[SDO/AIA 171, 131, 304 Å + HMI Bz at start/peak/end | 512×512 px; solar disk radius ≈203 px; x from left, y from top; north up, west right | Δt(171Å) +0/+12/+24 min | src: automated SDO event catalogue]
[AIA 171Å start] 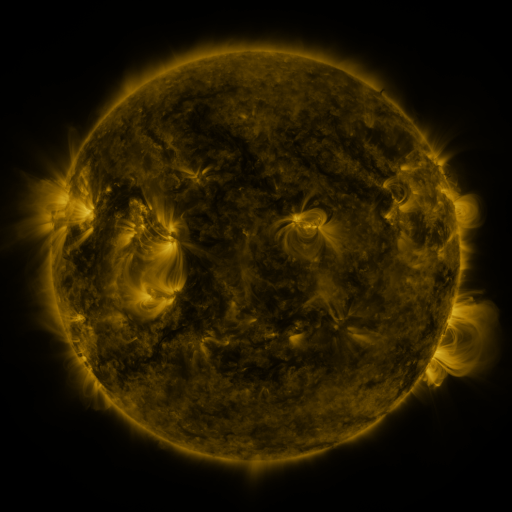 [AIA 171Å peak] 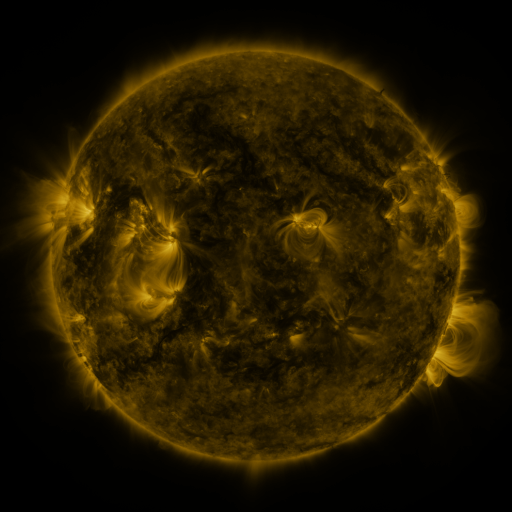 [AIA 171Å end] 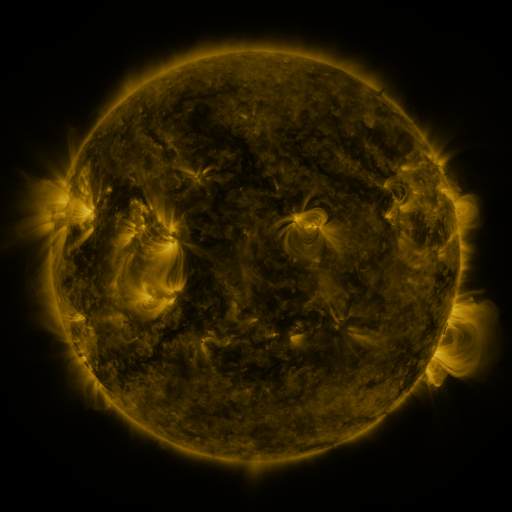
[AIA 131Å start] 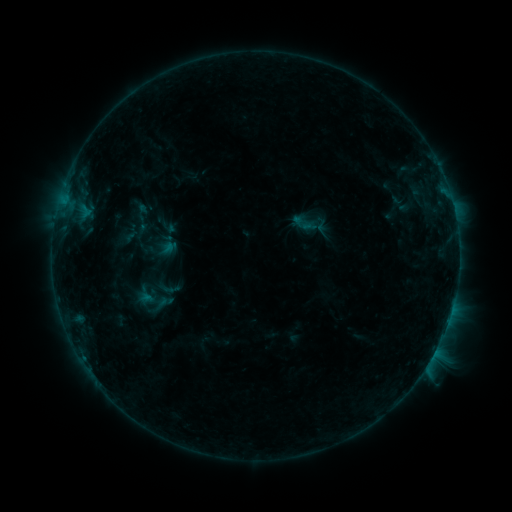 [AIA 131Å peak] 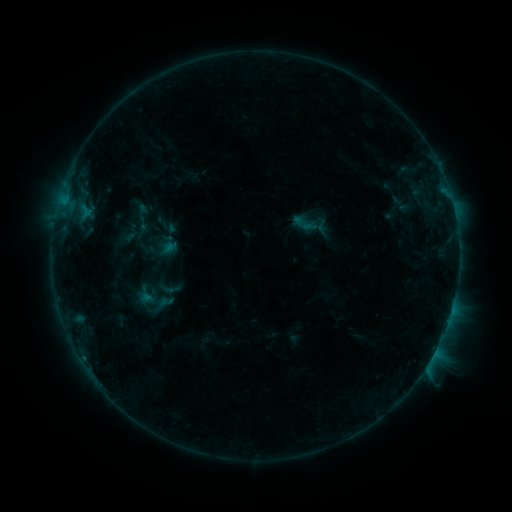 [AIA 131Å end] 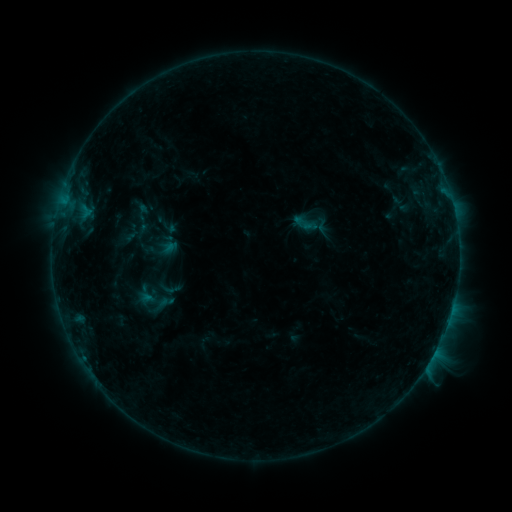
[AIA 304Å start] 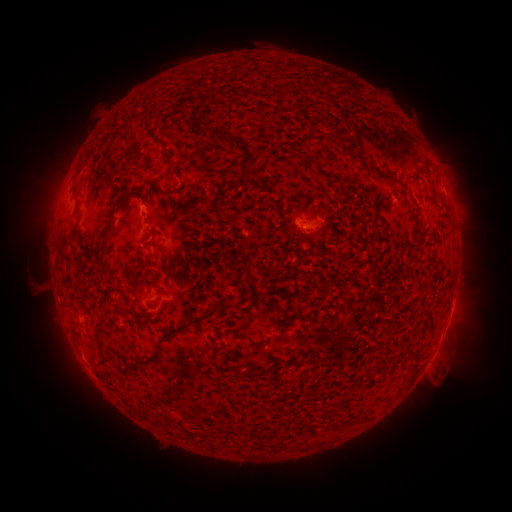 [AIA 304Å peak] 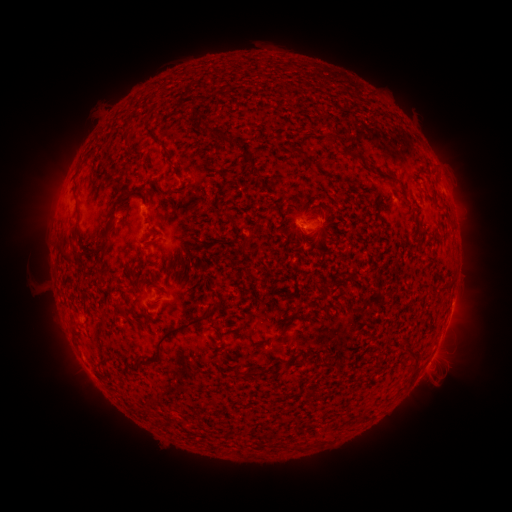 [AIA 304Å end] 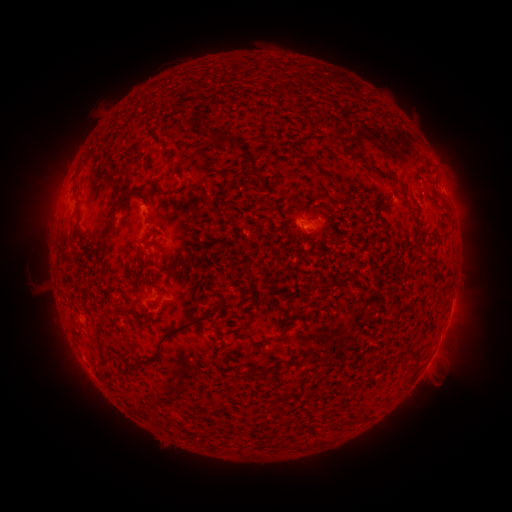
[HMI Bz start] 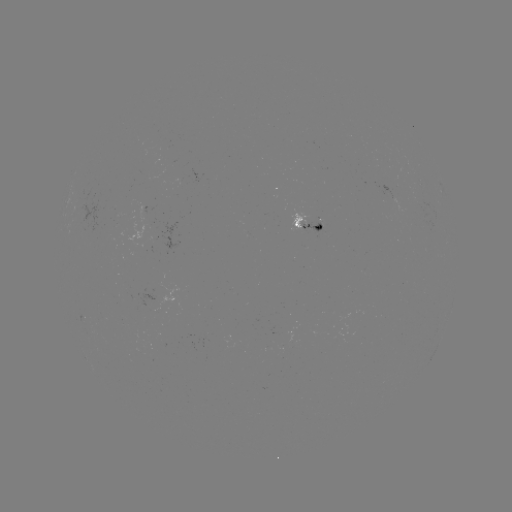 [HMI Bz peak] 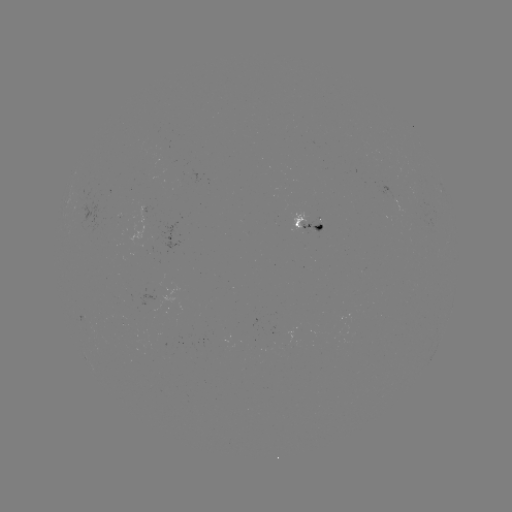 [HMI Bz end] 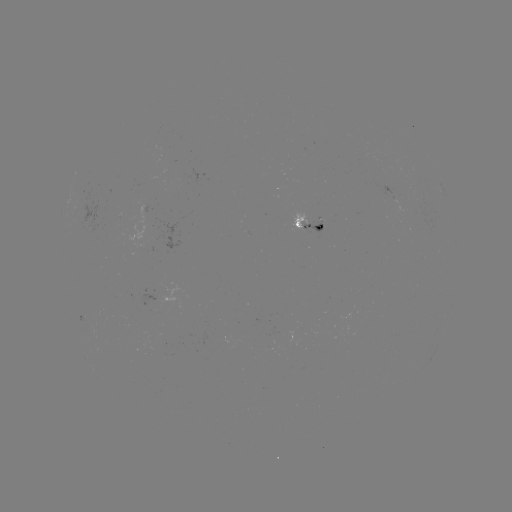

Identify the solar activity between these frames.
no flare in any classed list; no EUV-trigger detection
